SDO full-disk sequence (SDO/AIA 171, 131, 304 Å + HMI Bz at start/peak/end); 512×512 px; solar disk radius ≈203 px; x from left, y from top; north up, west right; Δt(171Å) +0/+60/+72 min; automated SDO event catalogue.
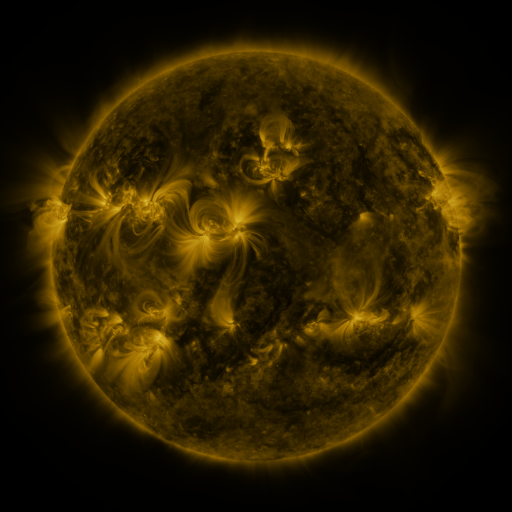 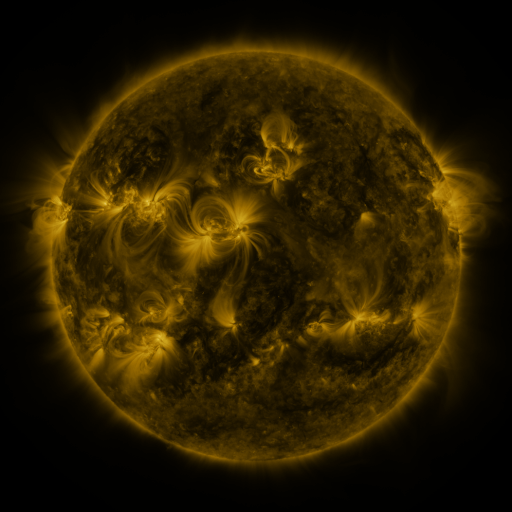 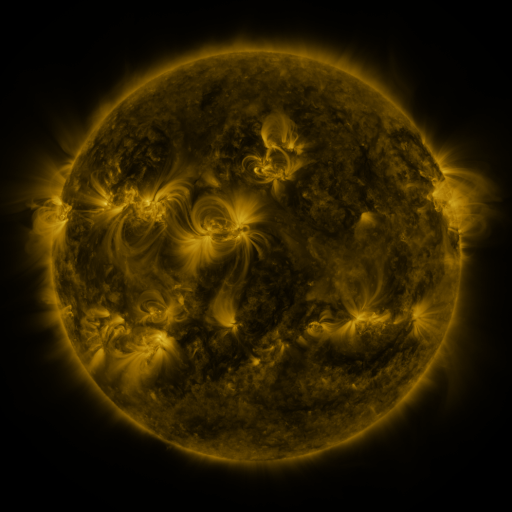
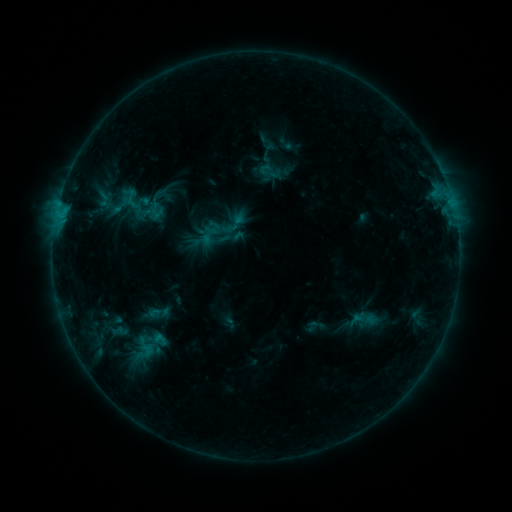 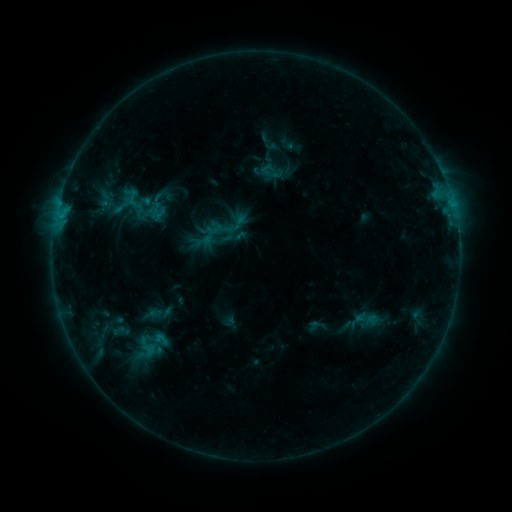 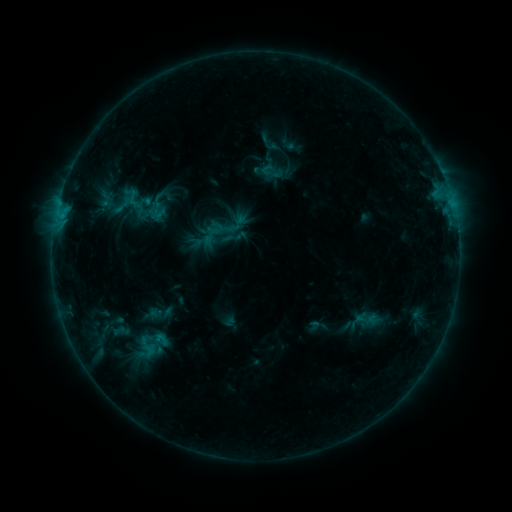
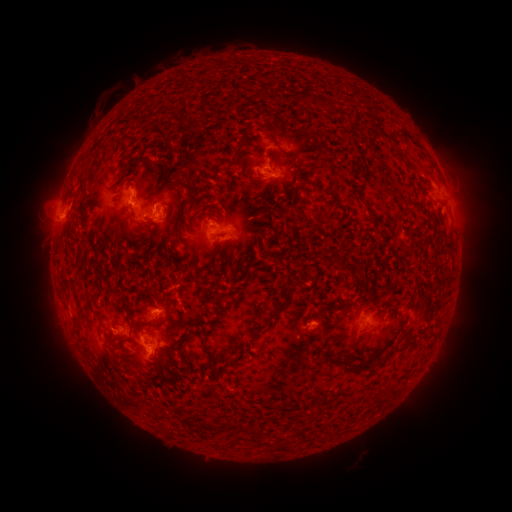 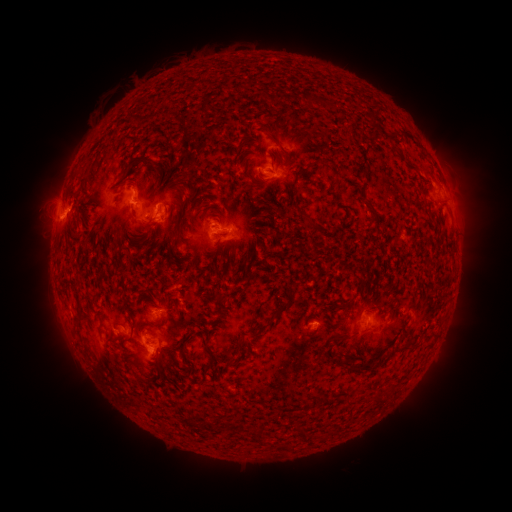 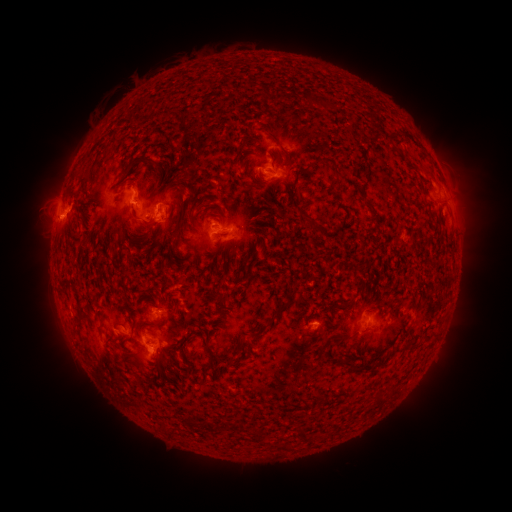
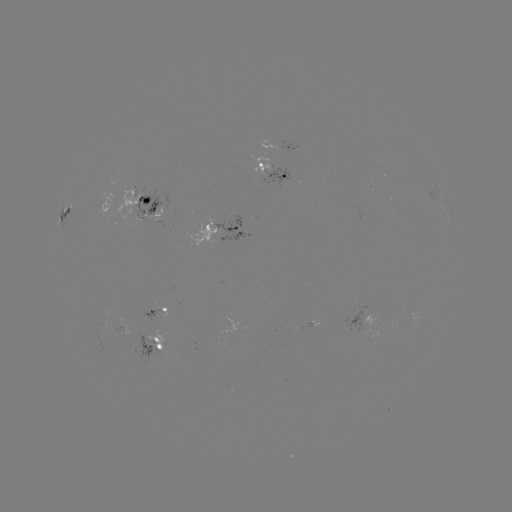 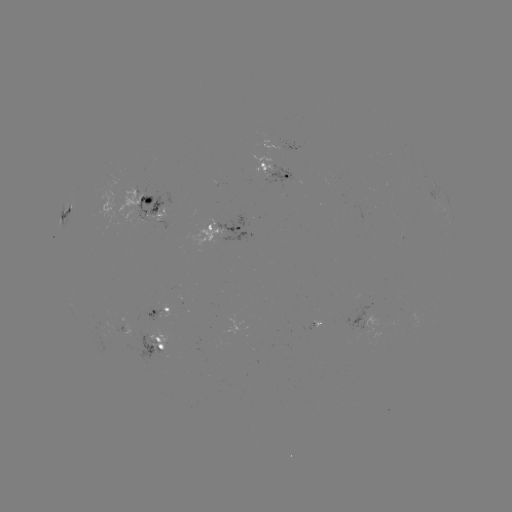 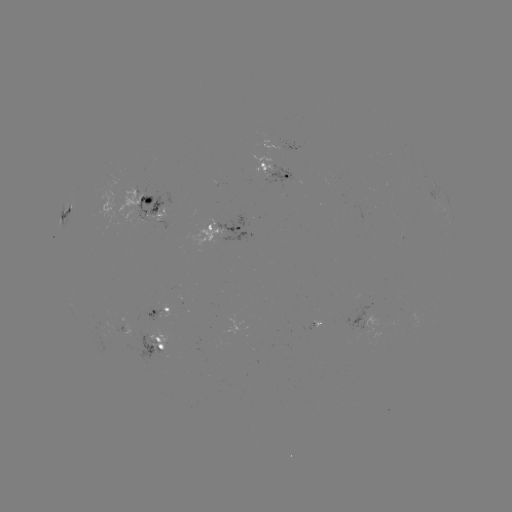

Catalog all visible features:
emerging-flux region: (311, 324)
